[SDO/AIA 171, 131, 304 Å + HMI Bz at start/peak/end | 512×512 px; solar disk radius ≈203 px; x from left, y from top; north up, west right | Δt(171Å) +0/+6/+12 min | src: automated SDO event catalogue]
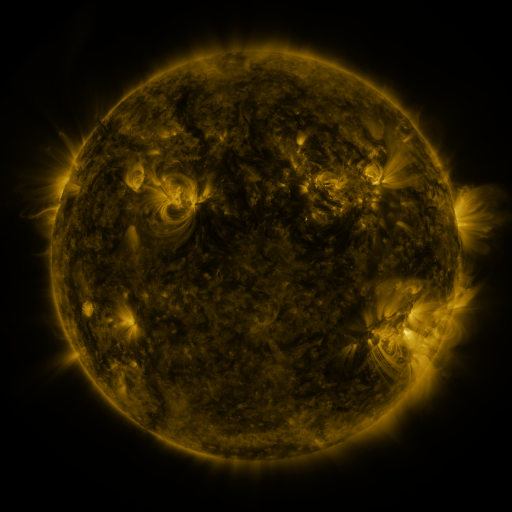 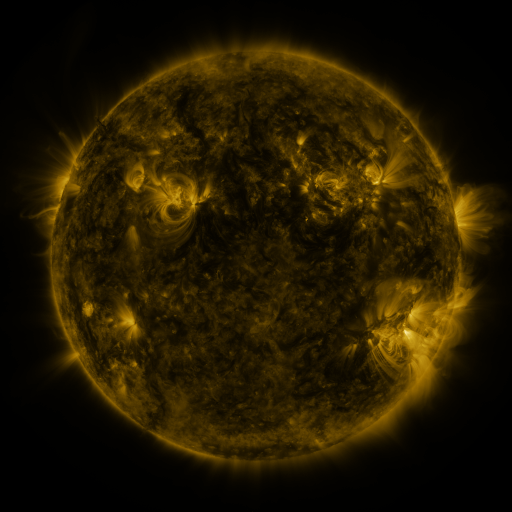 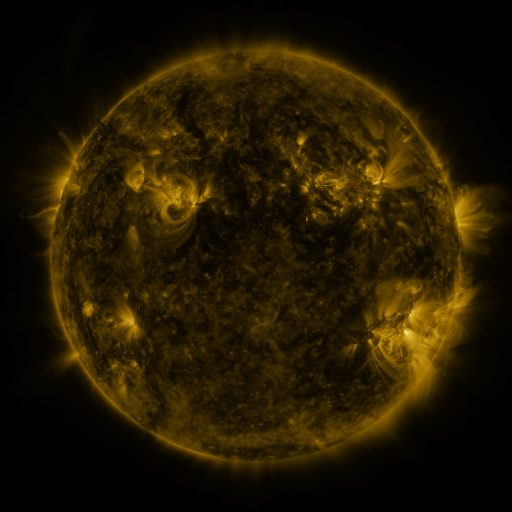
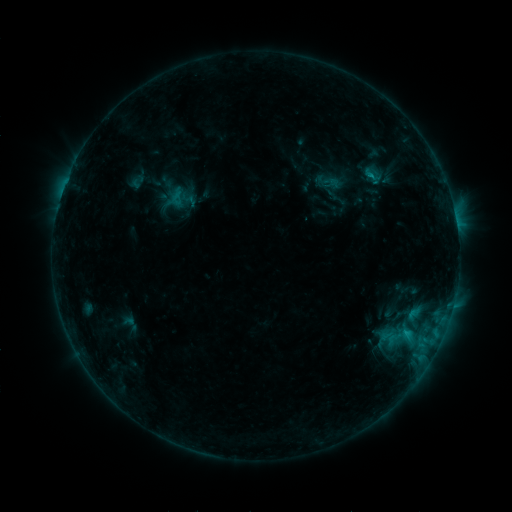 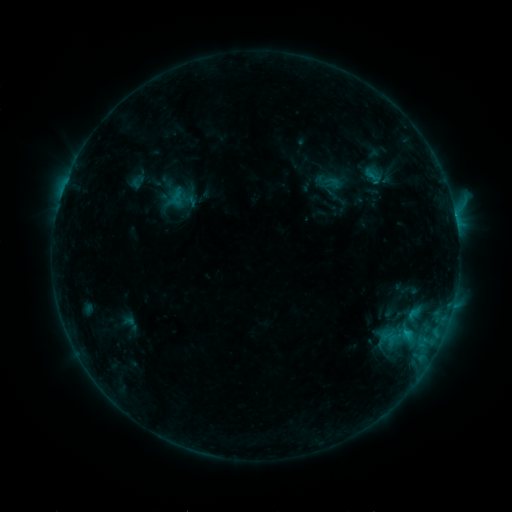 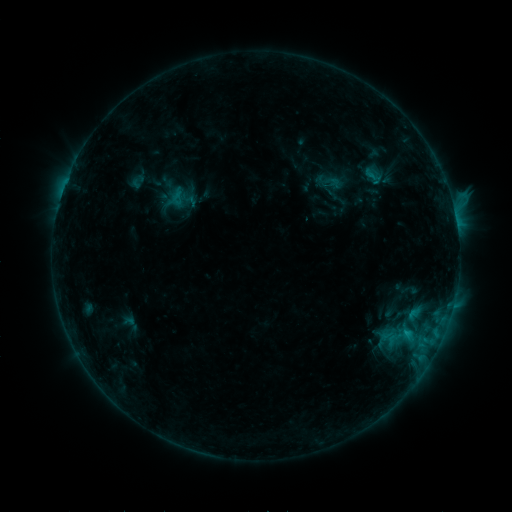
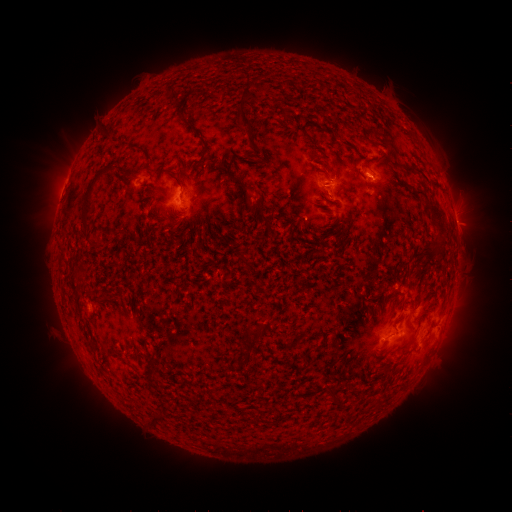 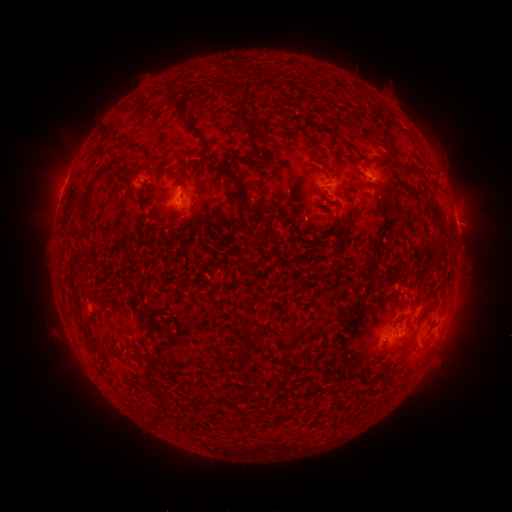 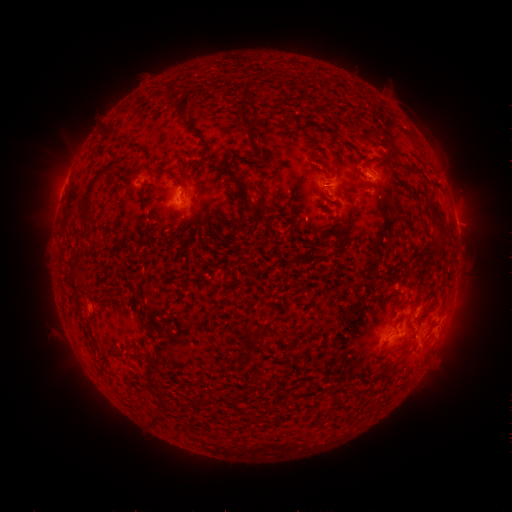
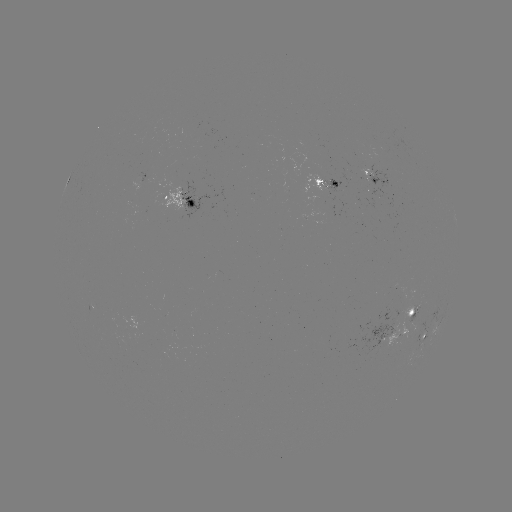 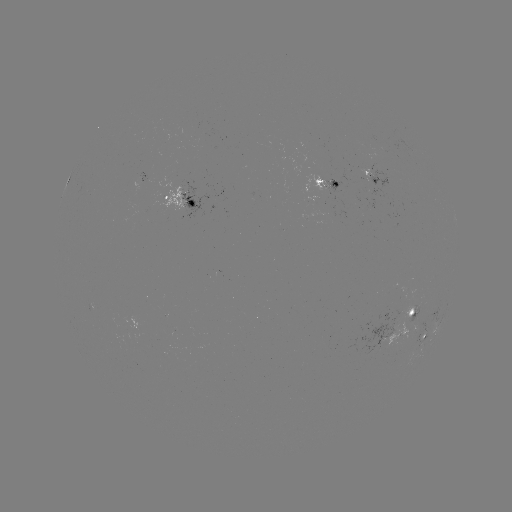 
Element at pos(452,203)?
B9.9 flare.